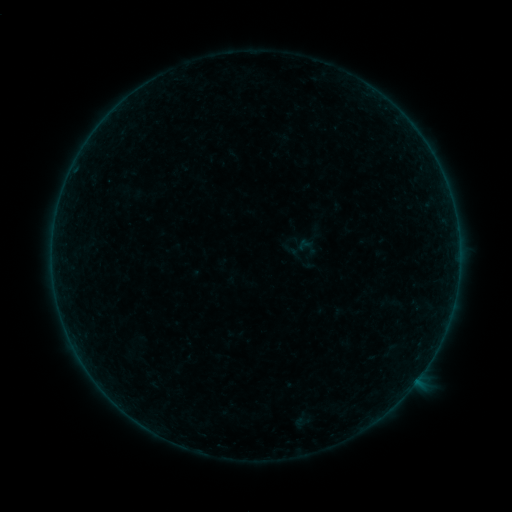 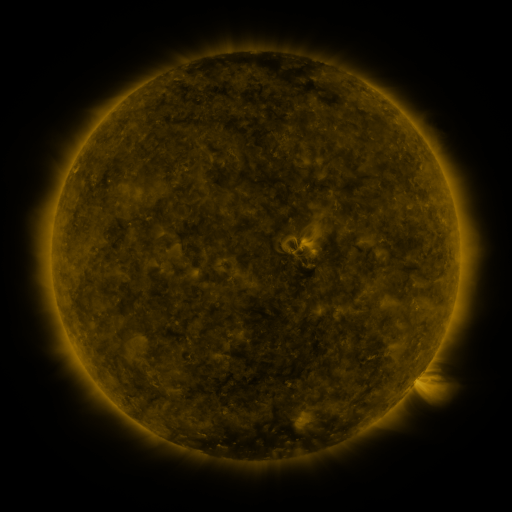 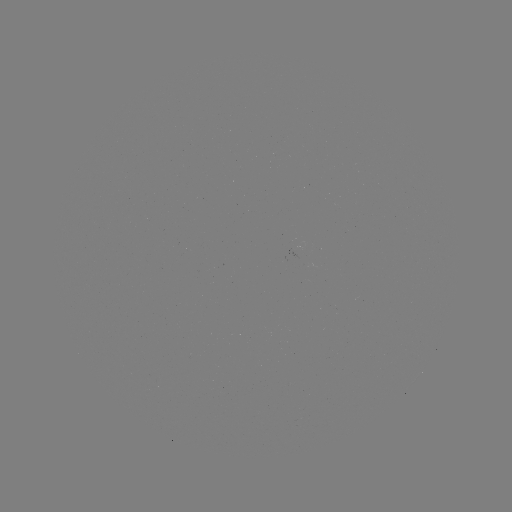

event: sigmoid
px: (304, 250)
